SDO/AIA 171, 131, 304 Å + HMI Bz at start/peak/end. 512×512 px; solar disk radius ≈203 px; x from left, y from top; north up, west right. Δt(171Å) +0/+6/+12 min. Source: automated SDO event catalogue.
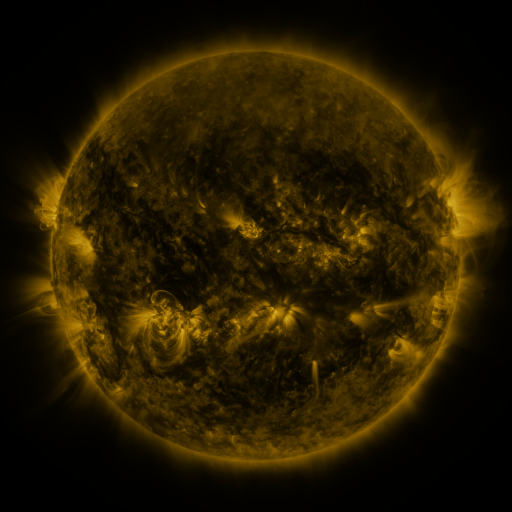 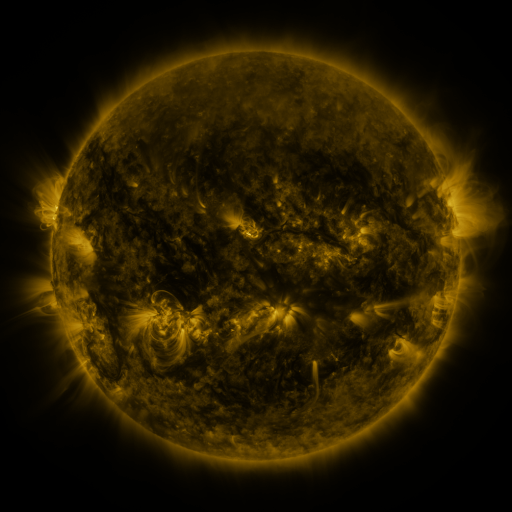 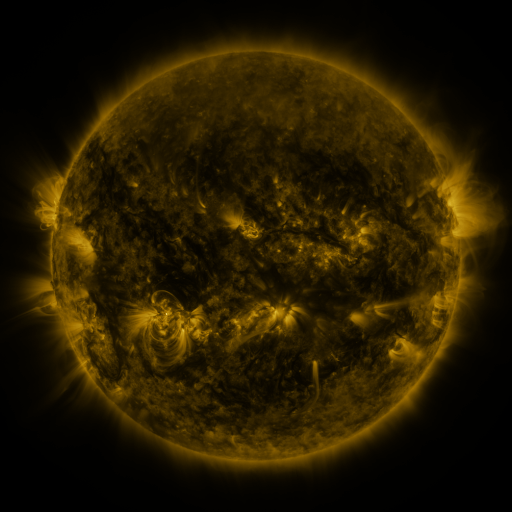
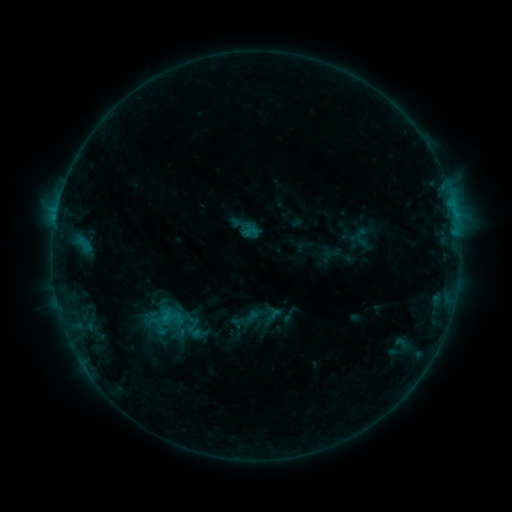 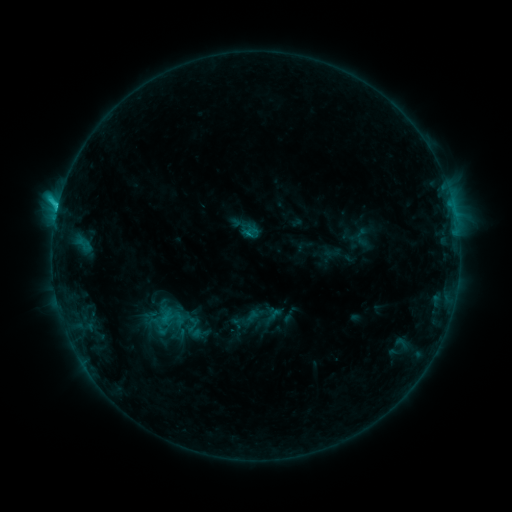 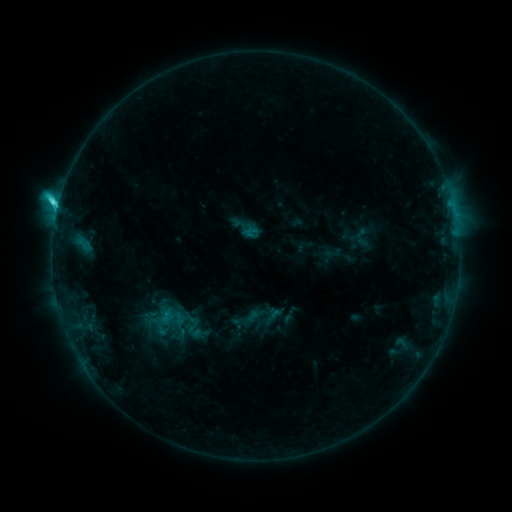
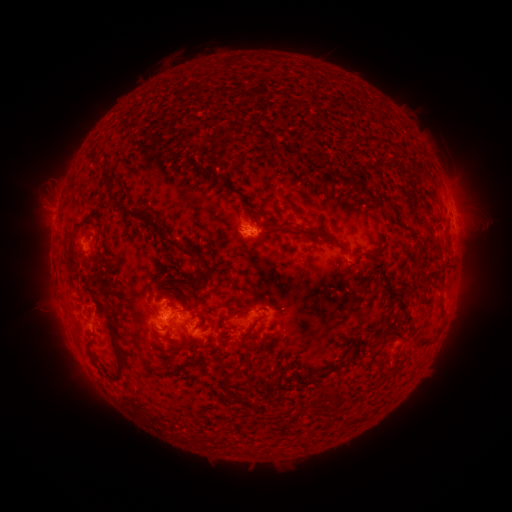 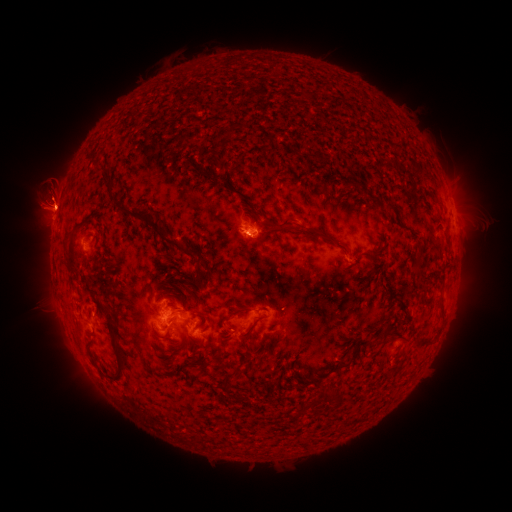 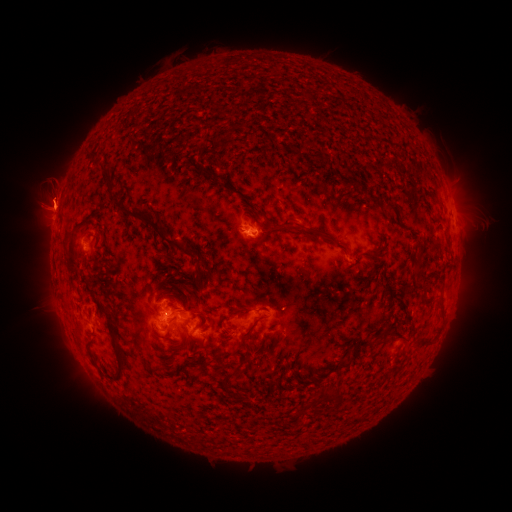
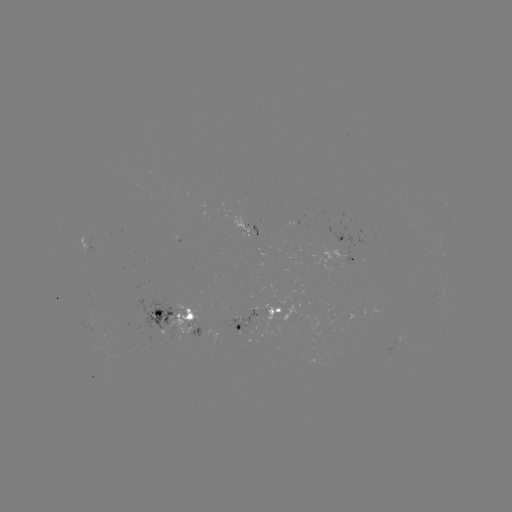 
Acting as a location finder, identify C4.8 flare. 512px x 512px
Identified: (58, 211).